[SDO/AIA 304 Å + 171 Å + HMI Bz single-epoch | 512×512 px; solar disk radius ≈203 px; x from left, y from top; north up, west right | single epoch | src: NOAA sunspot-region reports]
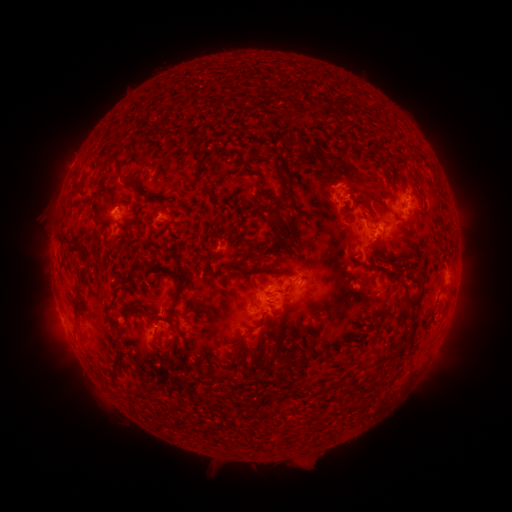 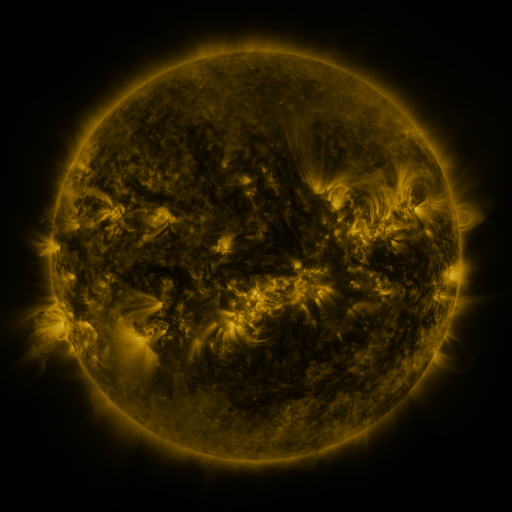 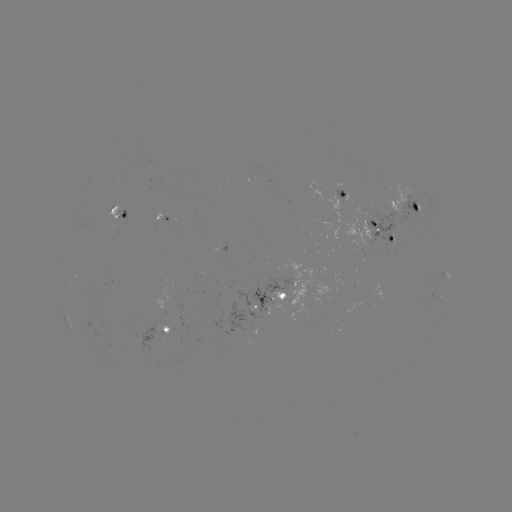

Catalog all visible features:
spotted active region: (345, 195)
spotted active region: (408, 207)
spotted active region: (124, 213)
spotted active region: (167, 219)
spotted active region: (378, 230)
spotted active region: (448, 274)
spotted active region: (297, 282)
spotted active region: (273, 296)
spotted active region: (170, 327)
